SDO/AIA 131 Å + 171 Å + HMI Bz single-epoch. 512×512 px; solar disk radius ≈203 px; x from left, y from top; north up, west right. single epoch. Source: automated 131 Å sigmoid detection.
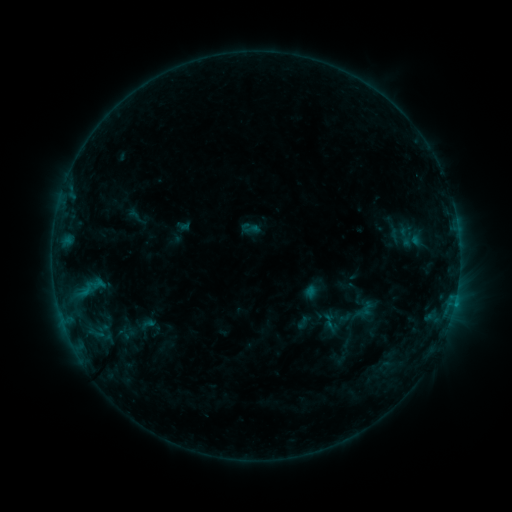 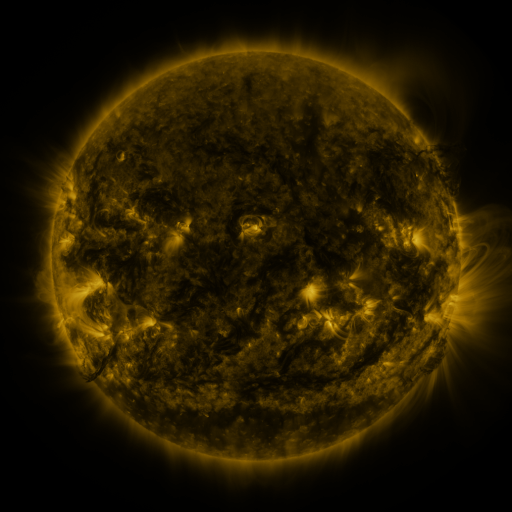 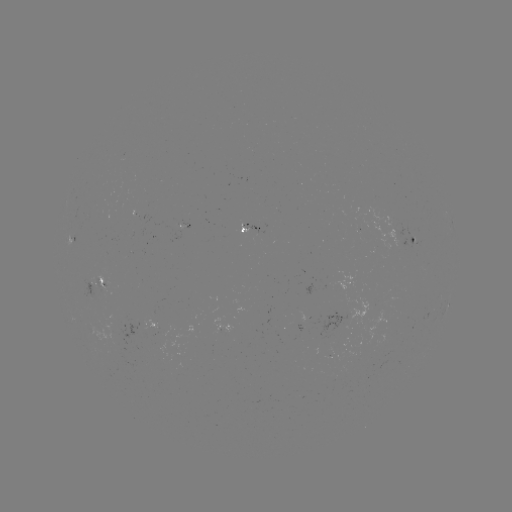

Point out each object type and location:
sigmoid: (250, 228)
